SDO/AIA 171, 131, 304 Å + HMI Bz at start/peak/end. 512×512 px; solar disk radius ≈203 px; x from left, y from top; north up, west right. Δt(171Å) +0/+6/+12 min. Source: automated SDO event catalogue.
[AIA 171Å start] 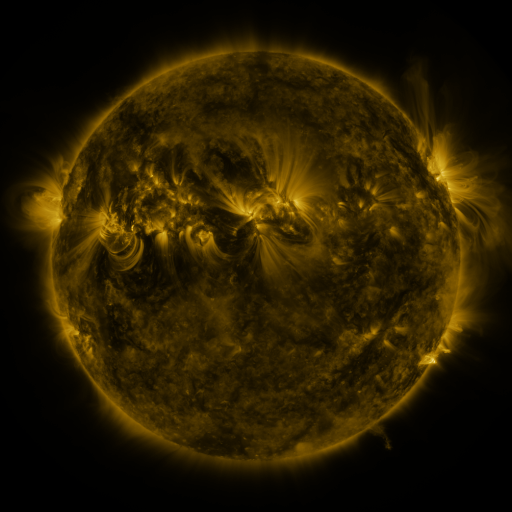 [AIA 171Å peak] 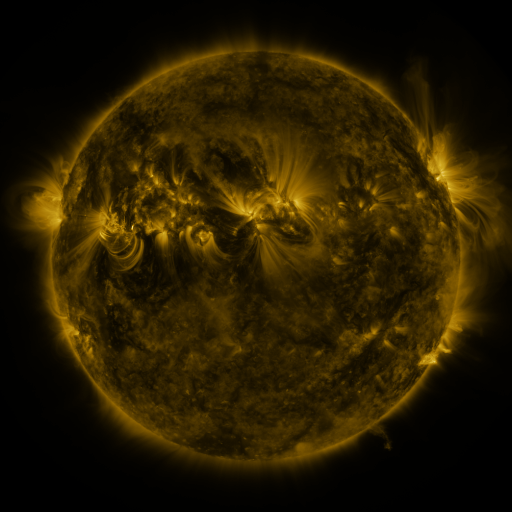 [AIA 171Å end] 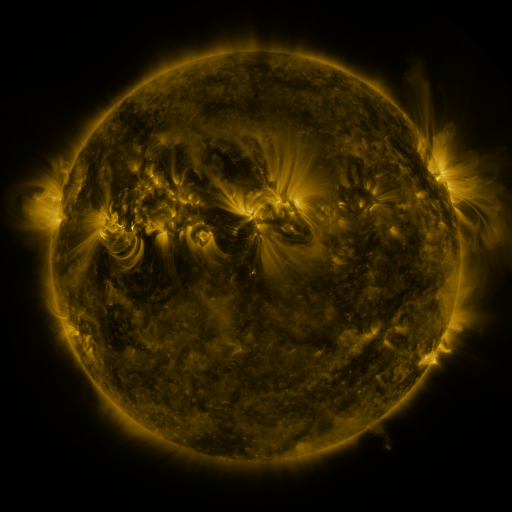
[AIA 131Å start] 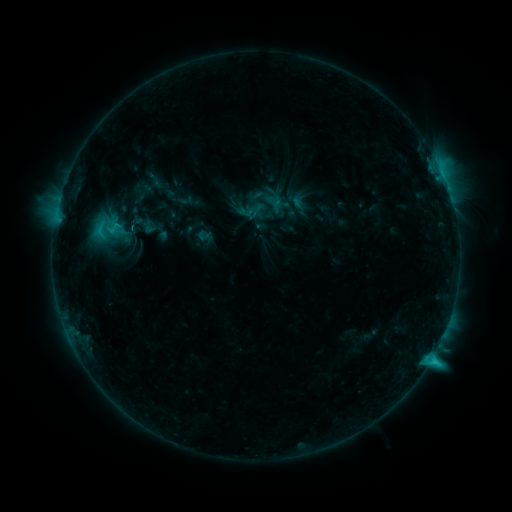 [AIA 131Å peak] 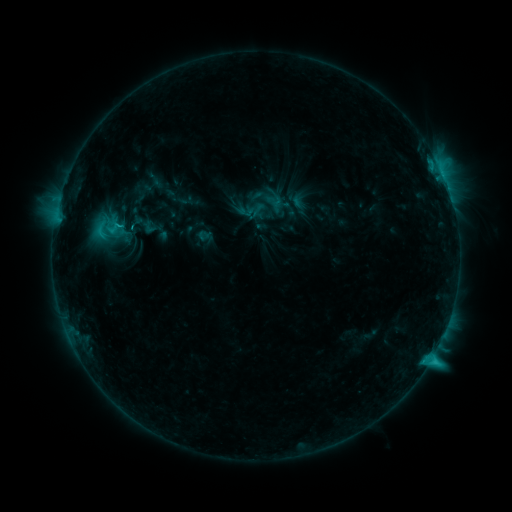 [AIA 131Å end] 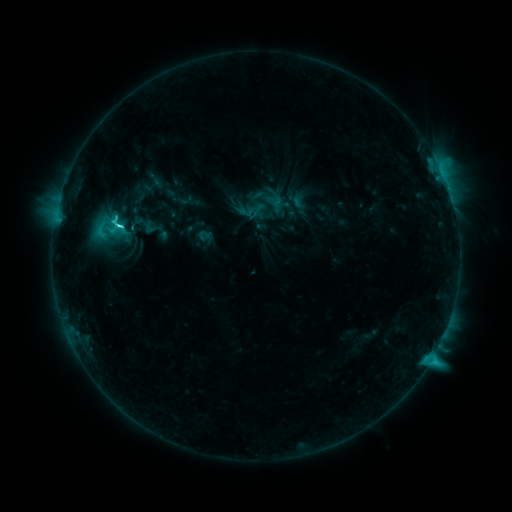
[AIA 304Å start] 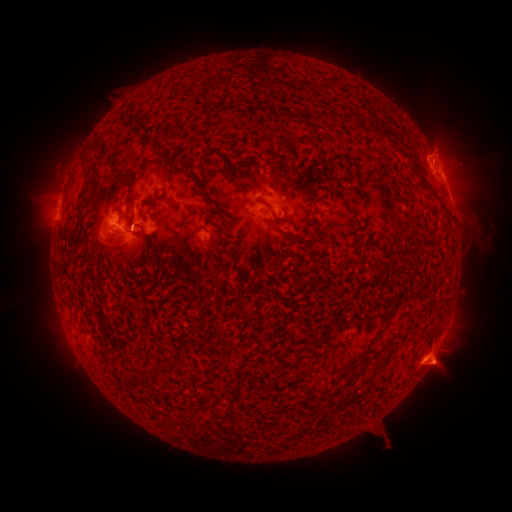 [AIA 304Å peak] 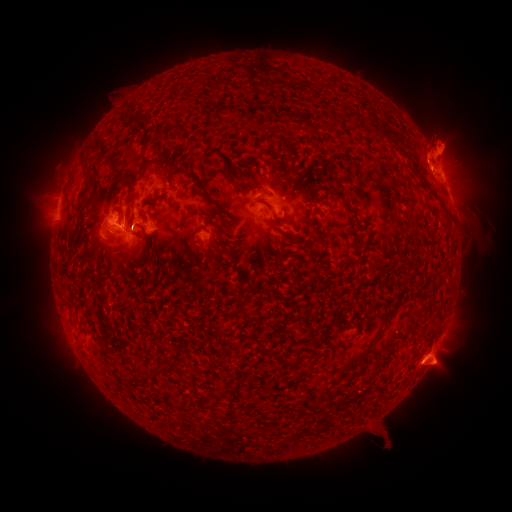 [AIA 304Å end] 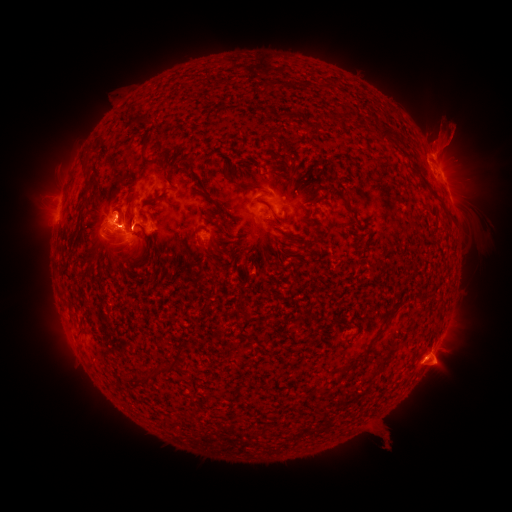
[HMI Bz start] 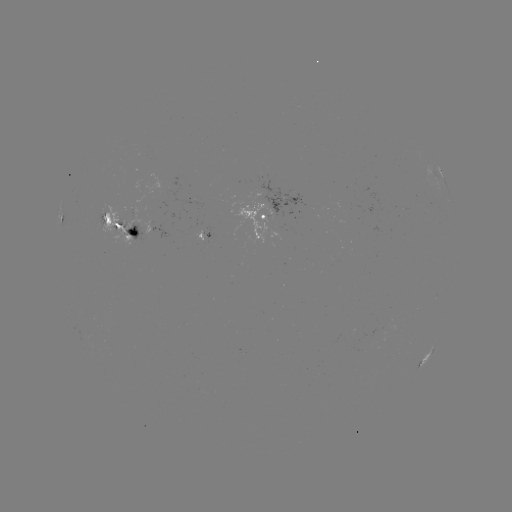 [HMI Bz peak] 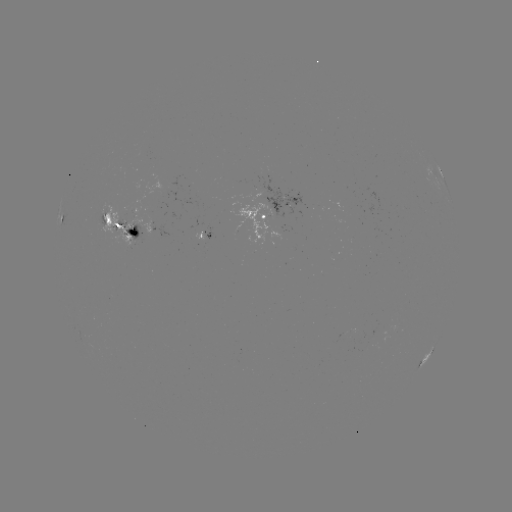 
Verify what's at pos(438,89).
eruption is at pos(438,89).